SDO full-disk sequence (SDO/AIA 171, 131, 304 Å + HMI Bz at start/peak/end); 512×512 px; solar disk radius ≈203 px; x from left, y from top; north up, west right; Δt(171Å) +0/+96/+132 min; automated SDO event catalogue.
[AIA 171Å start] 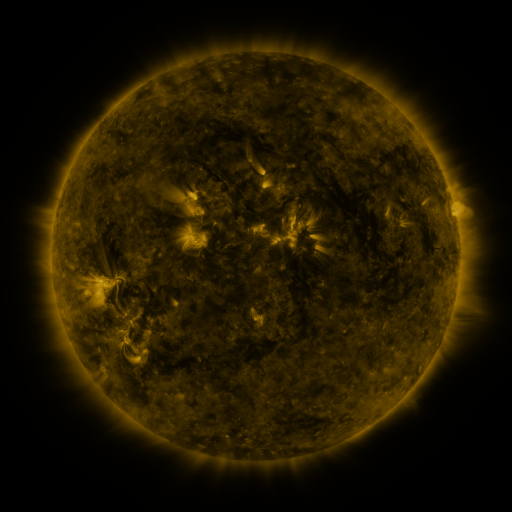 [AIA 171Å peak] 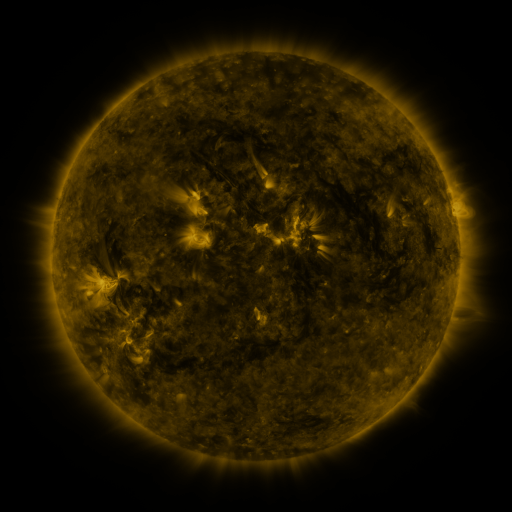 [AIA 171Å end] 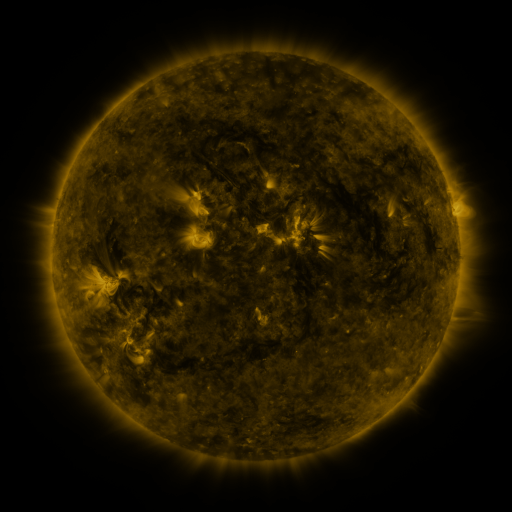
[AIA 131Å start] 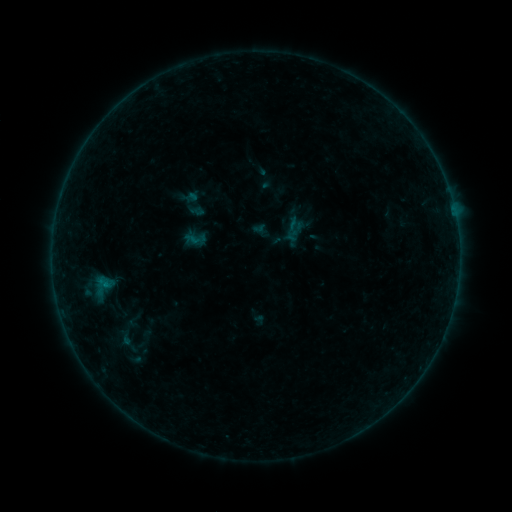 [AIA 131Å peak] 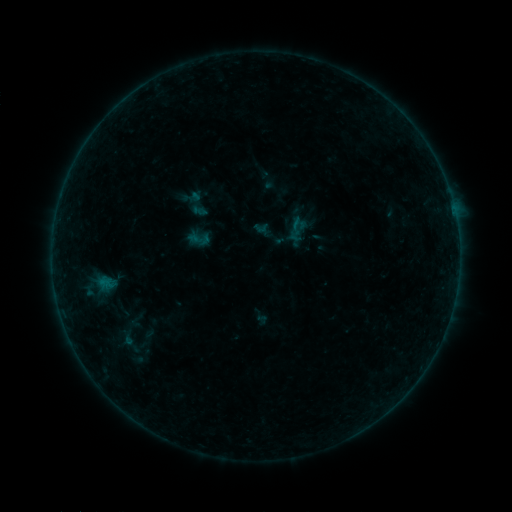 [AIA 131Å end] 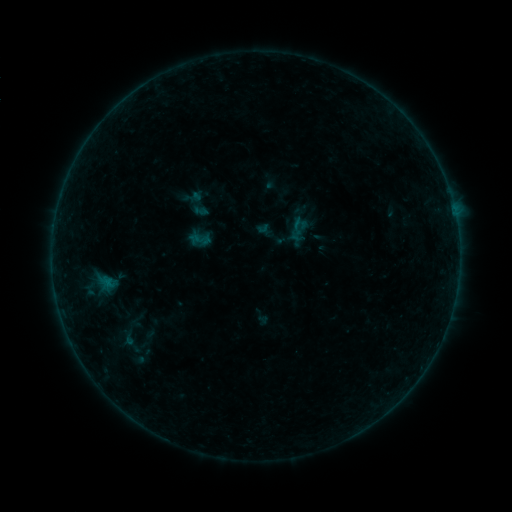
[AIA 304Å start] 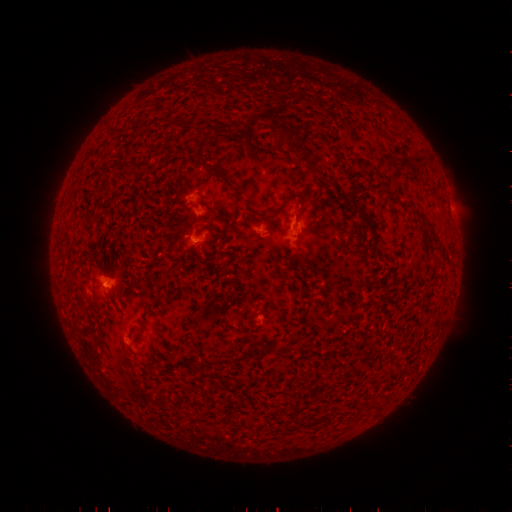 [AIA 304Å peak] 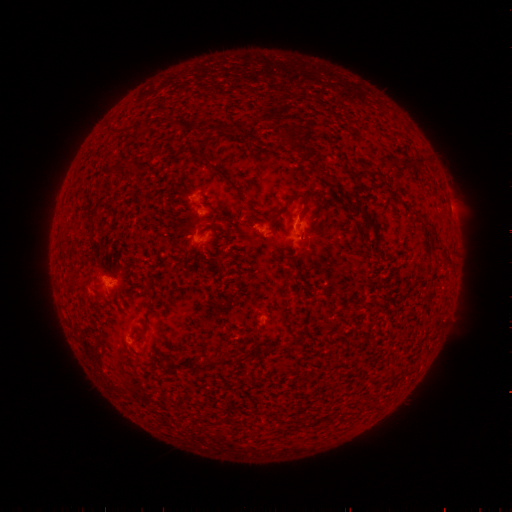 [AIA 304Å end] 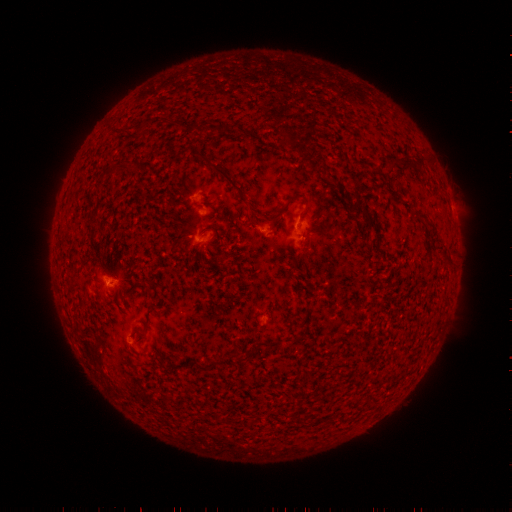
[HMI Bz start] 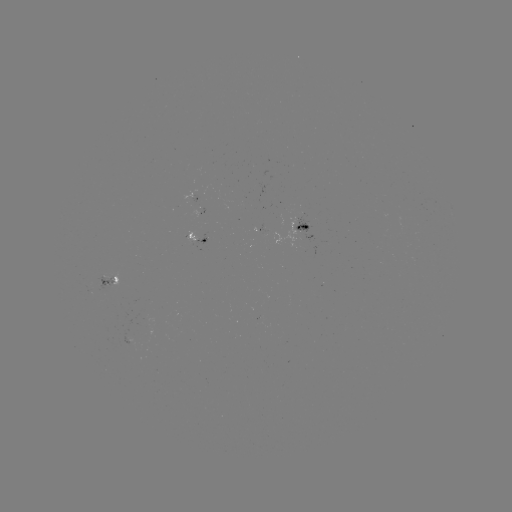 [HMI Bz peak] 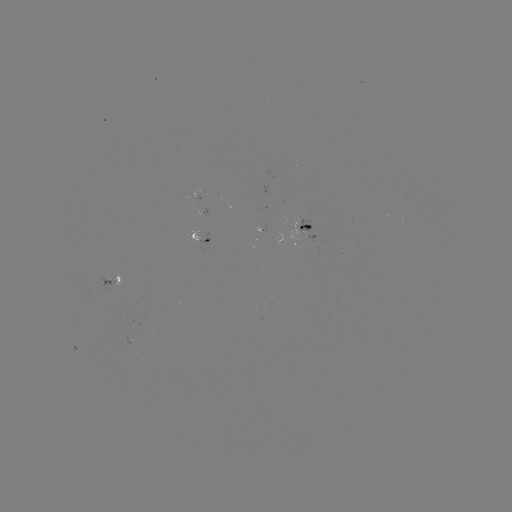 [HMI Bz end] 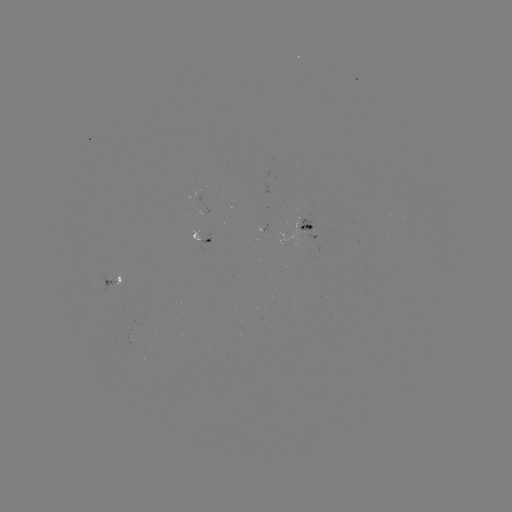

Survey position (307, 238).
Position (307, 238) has emerging-flux region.